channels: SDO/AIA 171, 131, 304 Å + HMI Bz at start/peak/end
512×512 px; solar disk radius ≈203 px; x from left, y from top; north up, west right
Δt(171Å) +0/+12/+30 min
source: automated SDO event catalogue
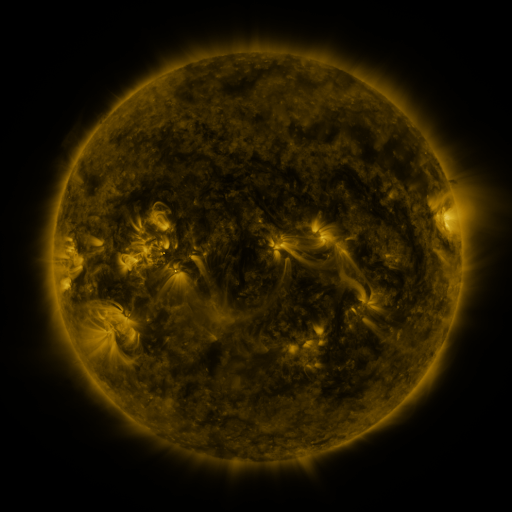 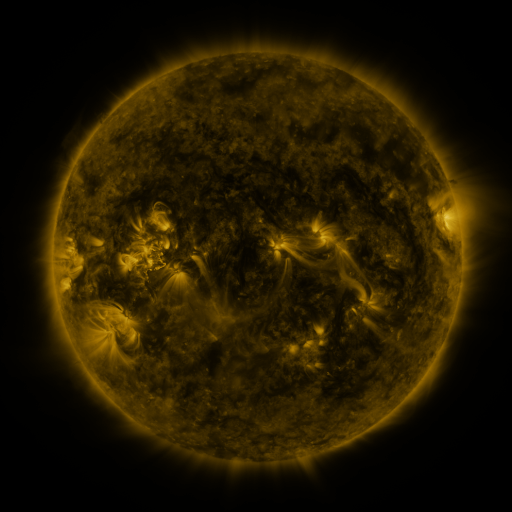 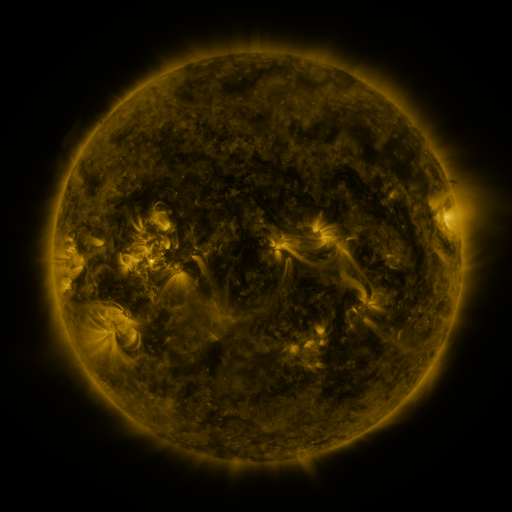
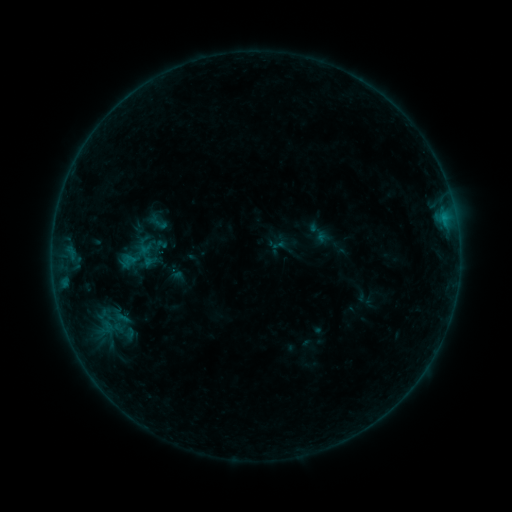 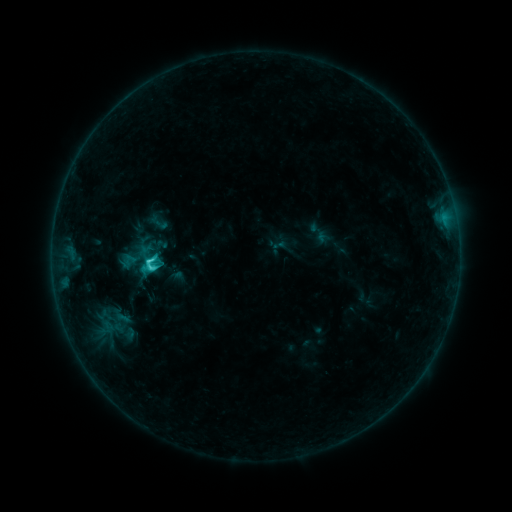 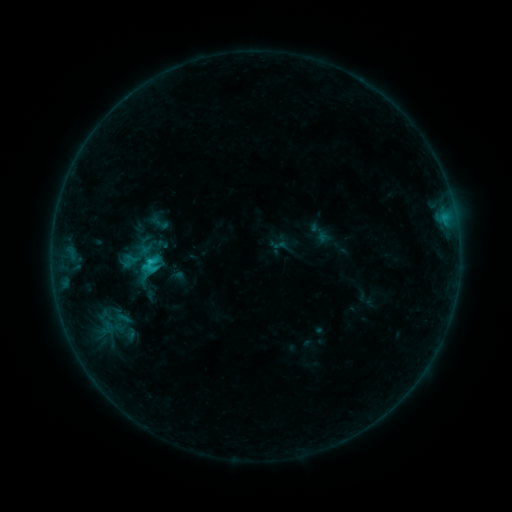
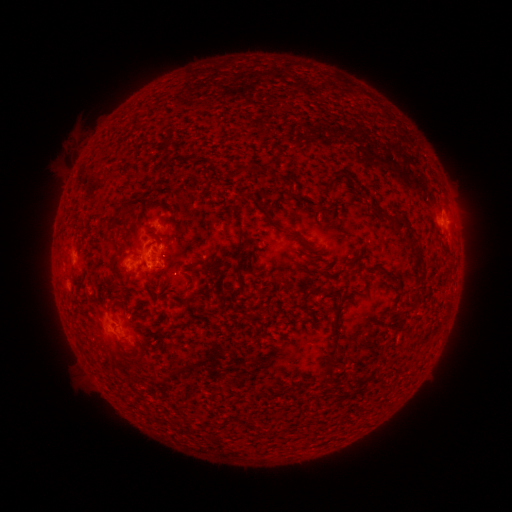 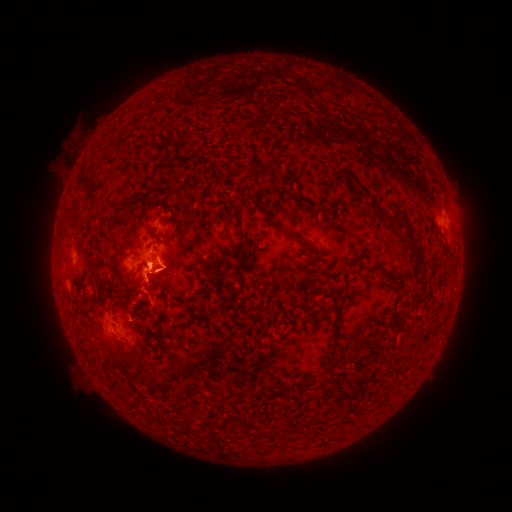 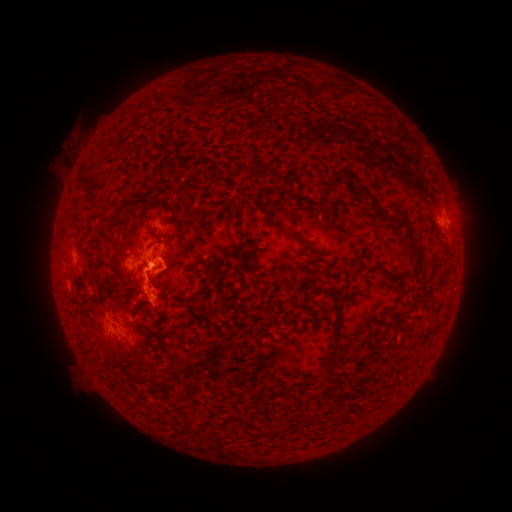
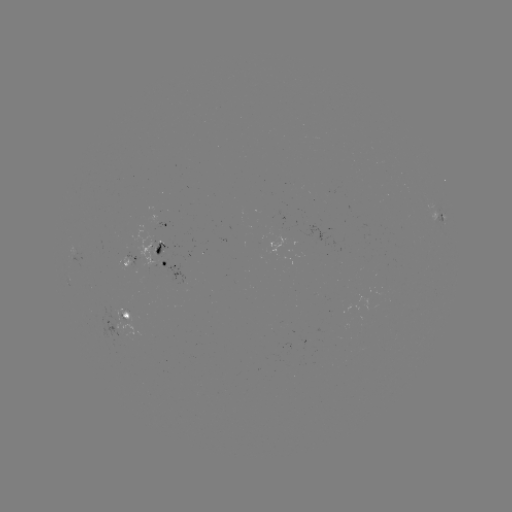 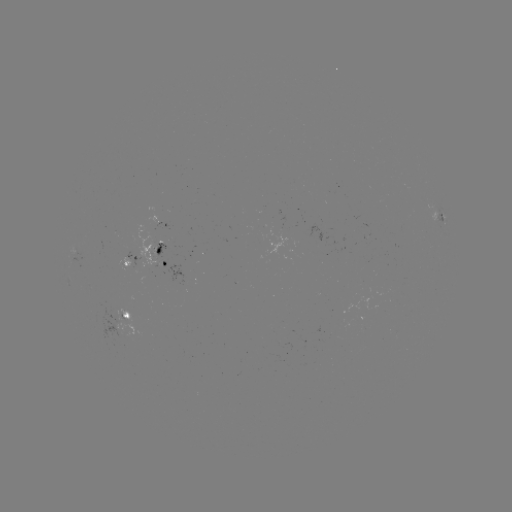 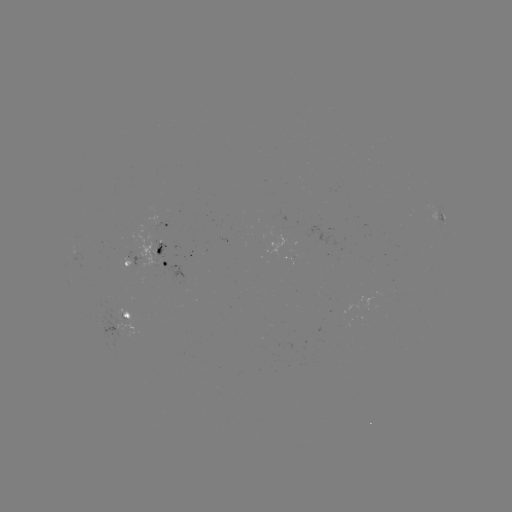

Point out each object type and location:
C2.4 flare: (151, 268)
